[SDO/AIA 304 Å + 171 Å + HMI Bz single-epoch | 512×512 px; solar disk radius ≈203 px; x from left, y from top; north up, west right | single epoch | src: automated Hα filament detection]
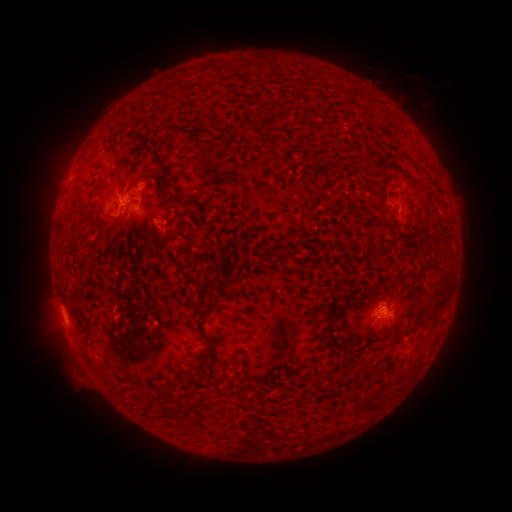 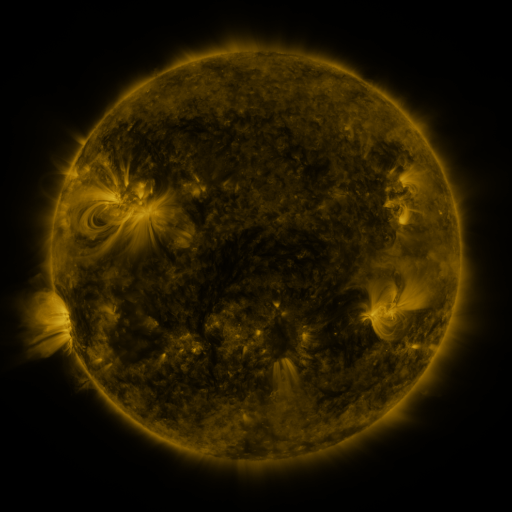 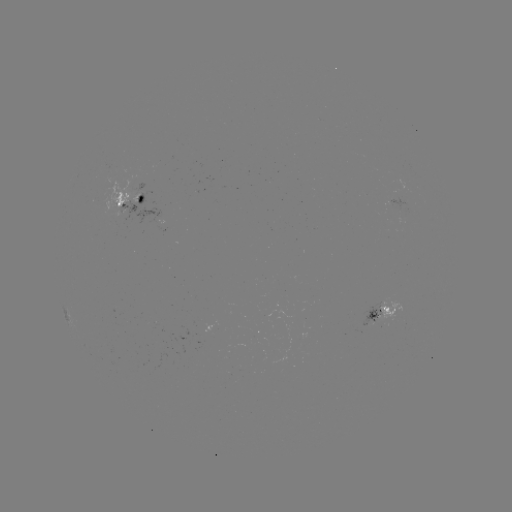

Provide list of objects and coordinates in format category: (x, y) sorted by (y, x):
filament: (156, 151)
filament: (340, 195)
filament: (141, 199)
filament: (168, 210)
filament: (417, 215)
filament: (420, 316)
filament: (205, 359)
filament: (369, 406)
